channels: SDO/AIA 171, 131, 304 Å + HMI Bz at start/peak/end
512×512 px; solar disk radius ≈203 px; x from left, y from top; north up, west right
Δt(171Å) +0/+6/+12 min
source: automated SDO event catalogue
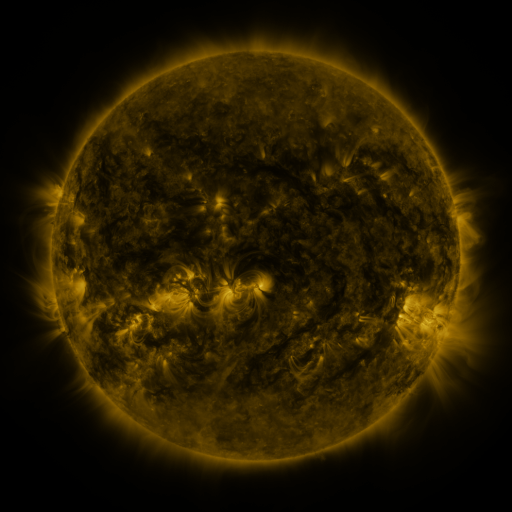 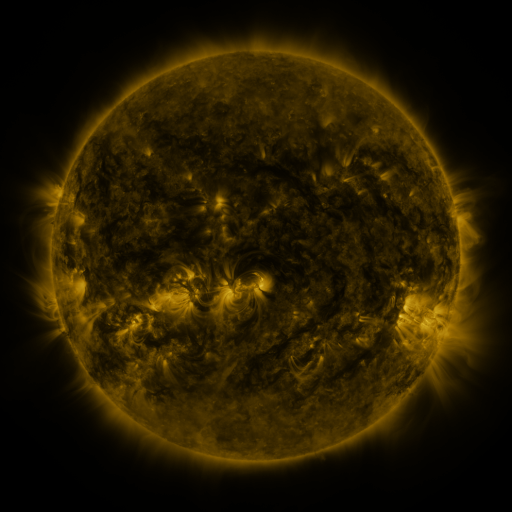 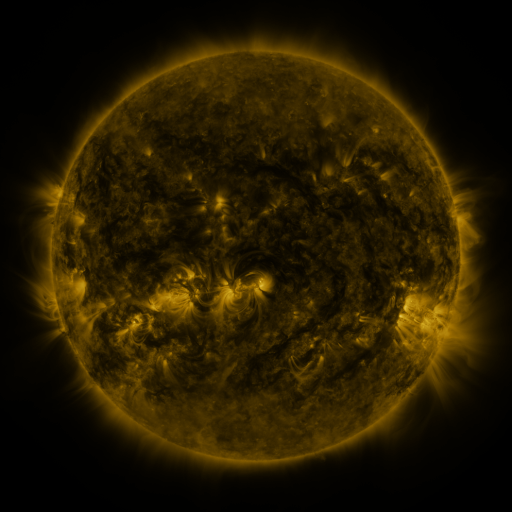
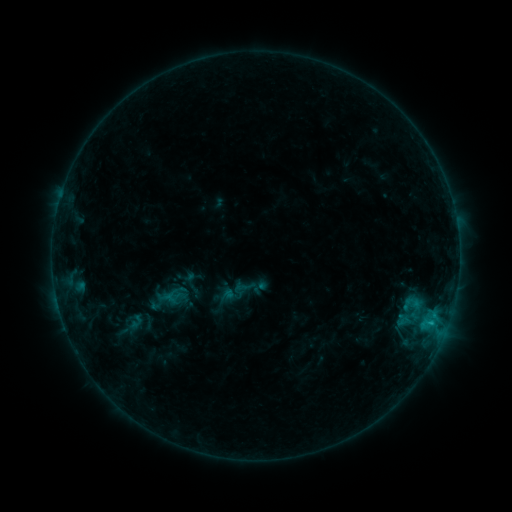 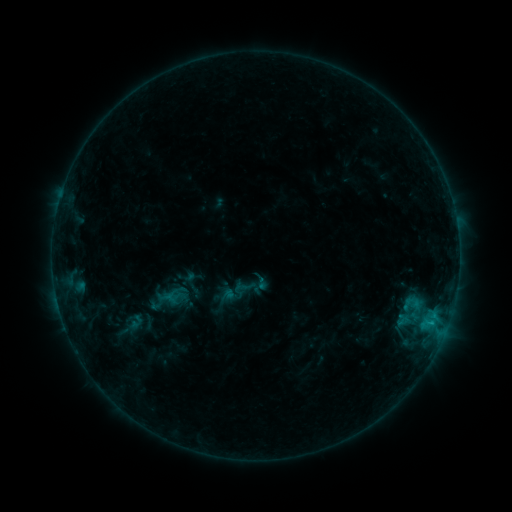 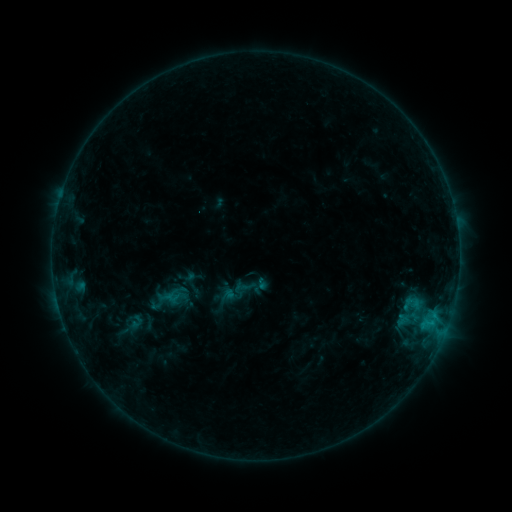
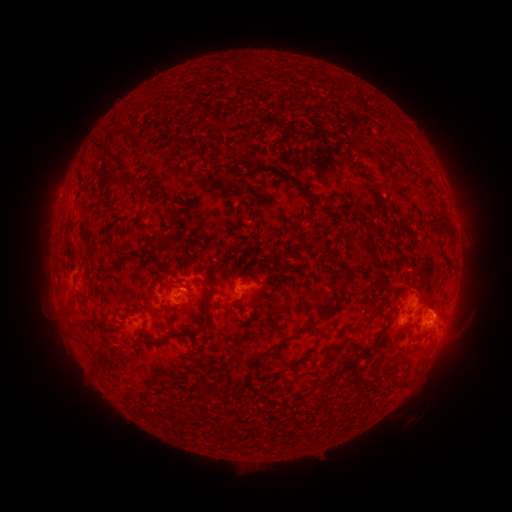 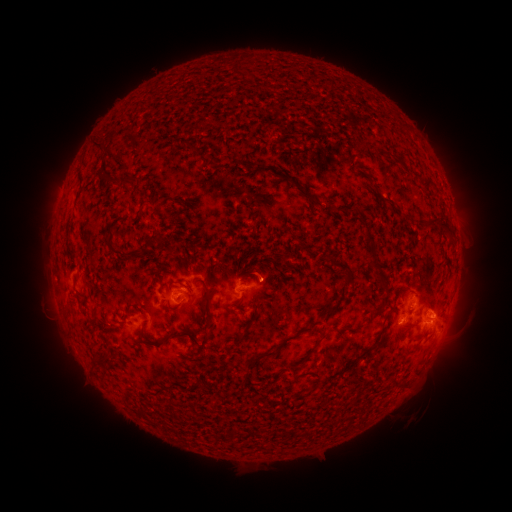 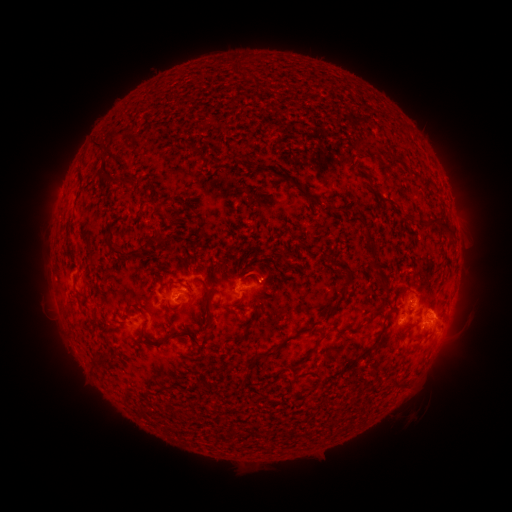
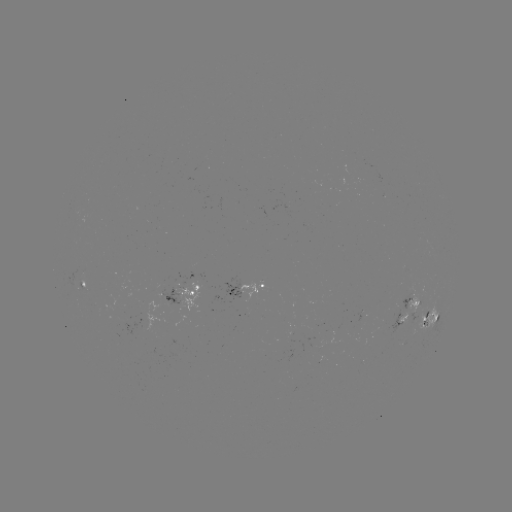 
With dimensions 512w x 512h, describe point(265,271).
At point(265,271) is eruption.